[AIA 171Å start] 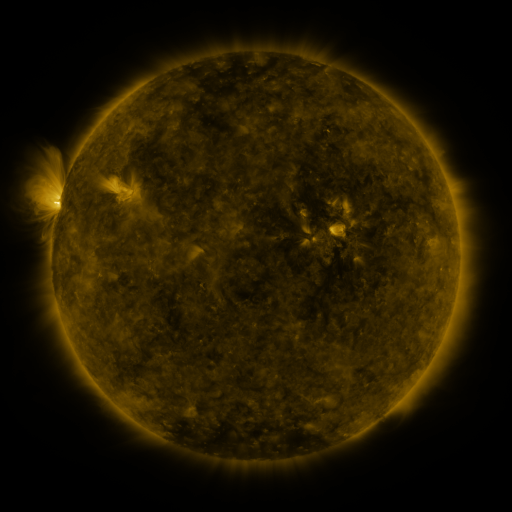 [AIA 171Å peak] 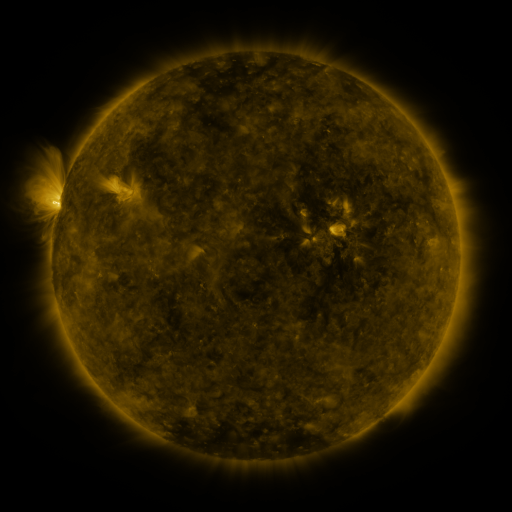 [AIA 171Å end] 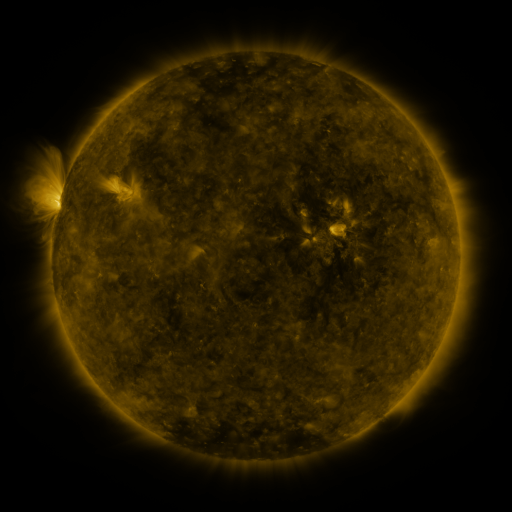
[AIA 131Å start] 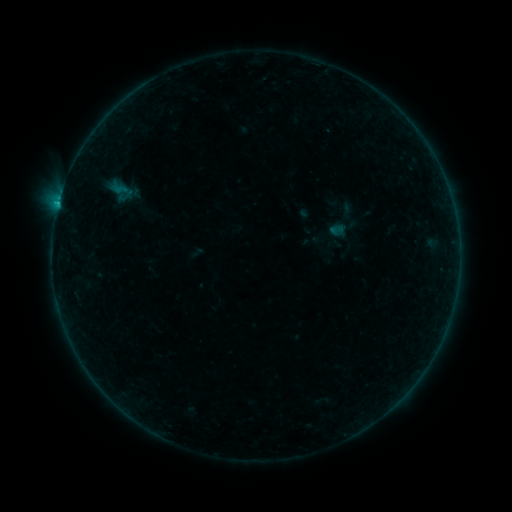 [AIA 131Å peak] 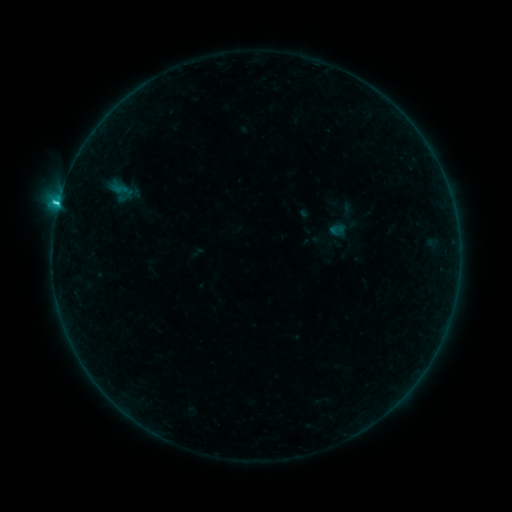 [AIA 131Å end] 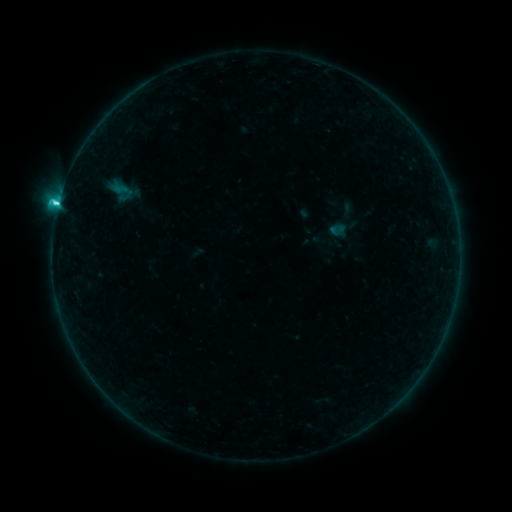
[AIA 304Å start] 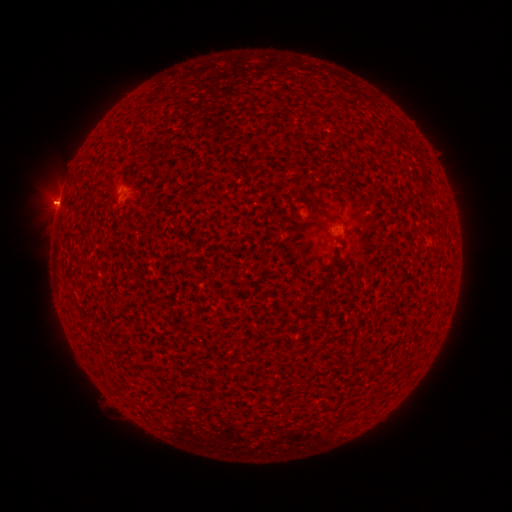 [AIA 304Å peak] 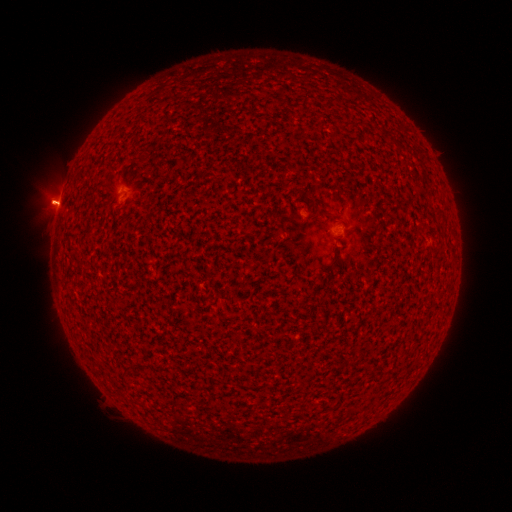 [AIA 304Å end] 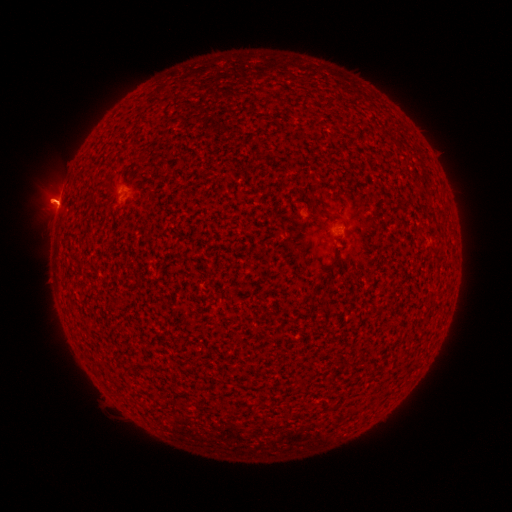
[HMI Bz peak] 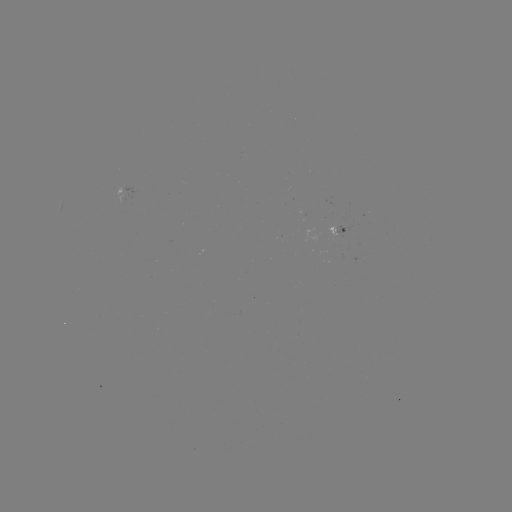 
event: eruption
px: (48, 198)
